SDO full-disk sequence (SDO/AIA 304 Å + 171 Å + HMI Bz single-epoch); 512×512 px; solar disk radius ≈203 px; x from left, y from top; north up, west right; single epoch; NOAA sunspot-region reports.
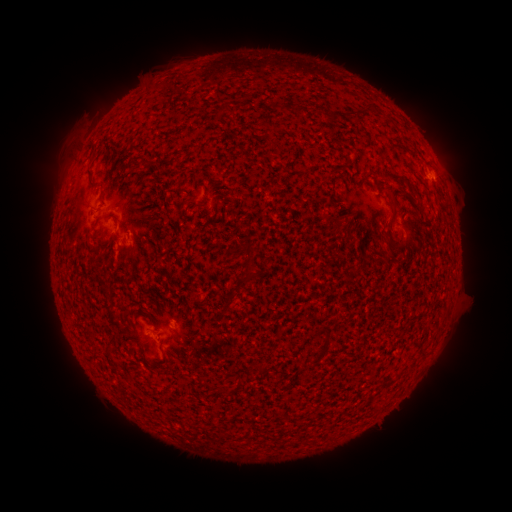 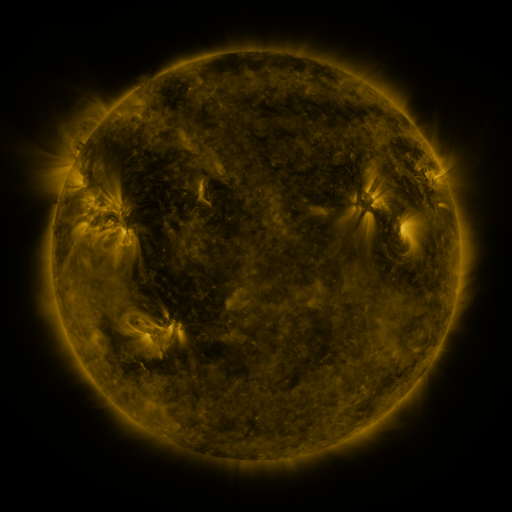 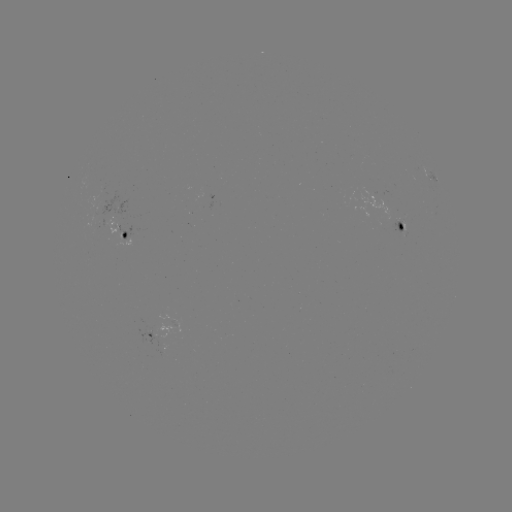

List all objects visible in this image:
spotted active region: (429, 173)
spotted active region: (399, 228)
spotted active region: (114, 229)
spotted active region: (148, 339)
